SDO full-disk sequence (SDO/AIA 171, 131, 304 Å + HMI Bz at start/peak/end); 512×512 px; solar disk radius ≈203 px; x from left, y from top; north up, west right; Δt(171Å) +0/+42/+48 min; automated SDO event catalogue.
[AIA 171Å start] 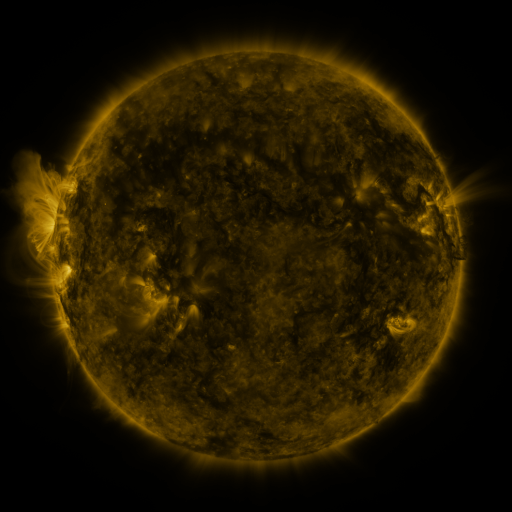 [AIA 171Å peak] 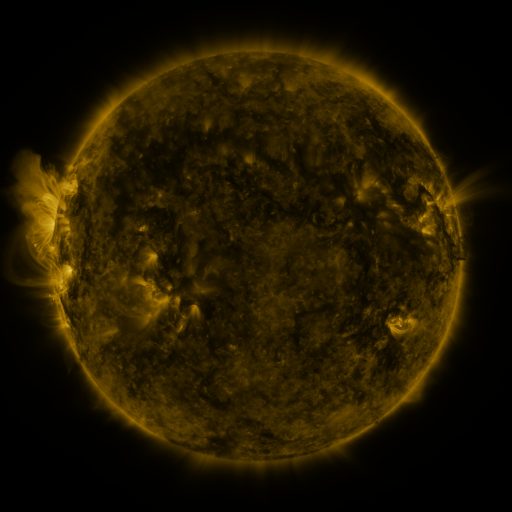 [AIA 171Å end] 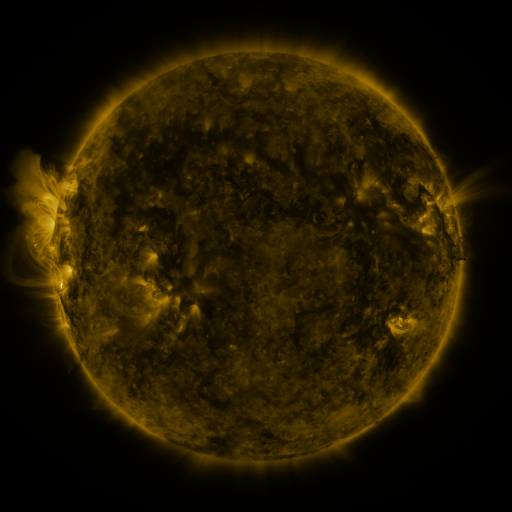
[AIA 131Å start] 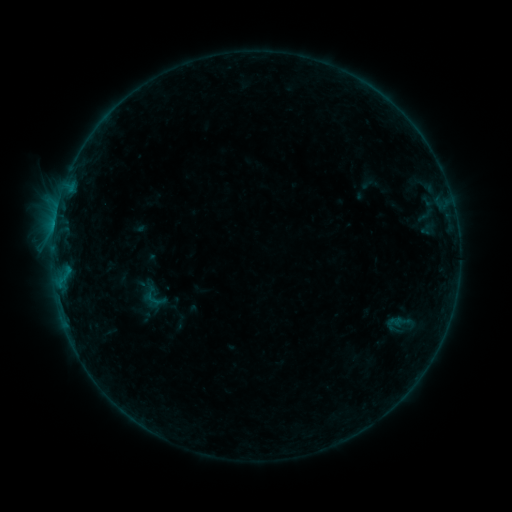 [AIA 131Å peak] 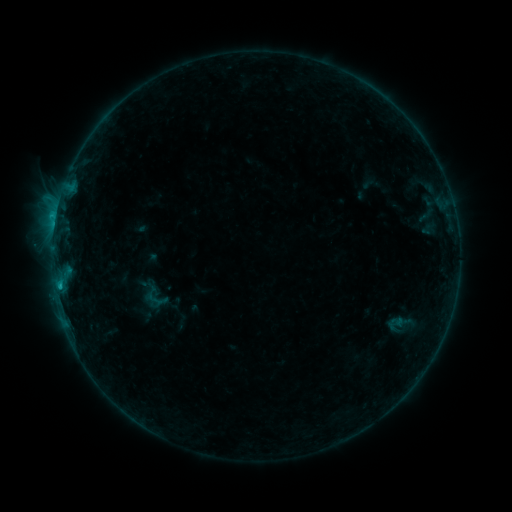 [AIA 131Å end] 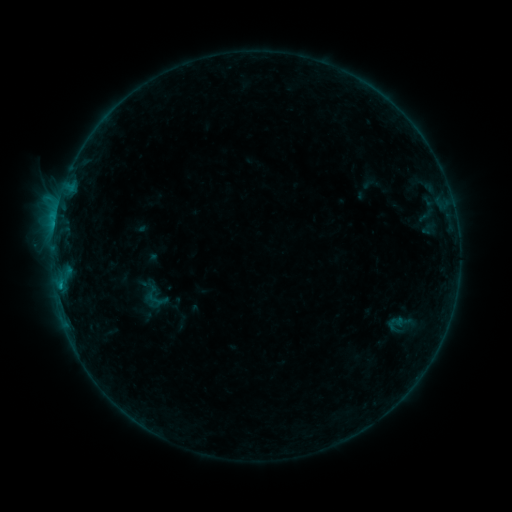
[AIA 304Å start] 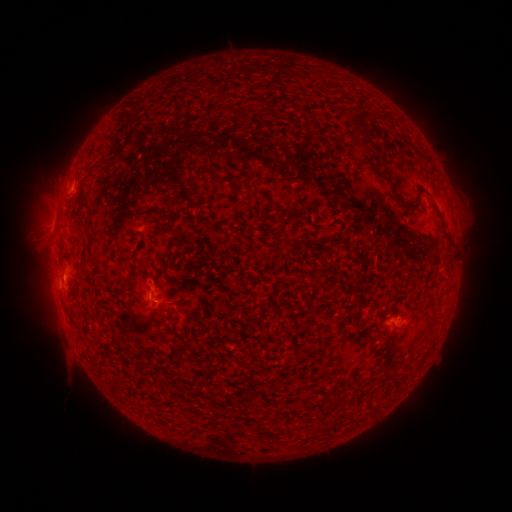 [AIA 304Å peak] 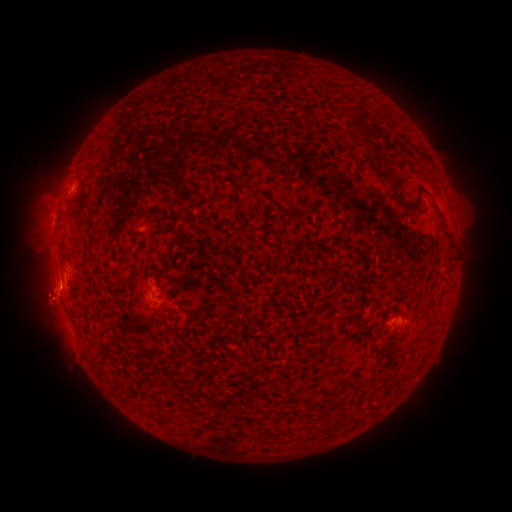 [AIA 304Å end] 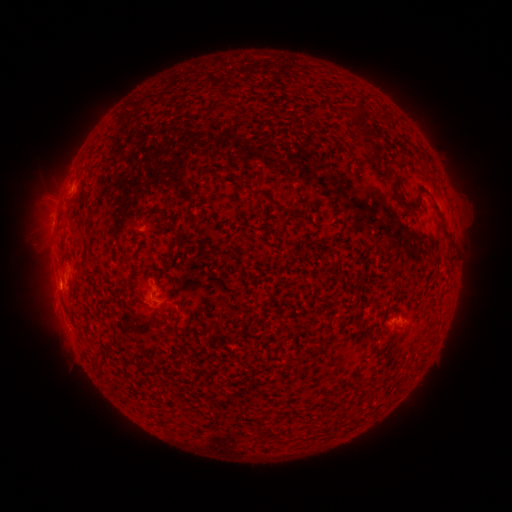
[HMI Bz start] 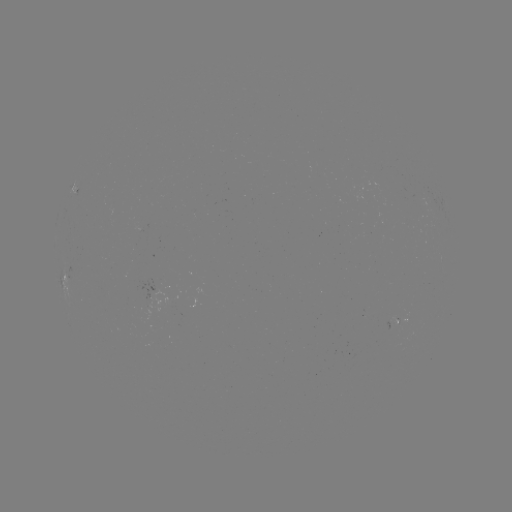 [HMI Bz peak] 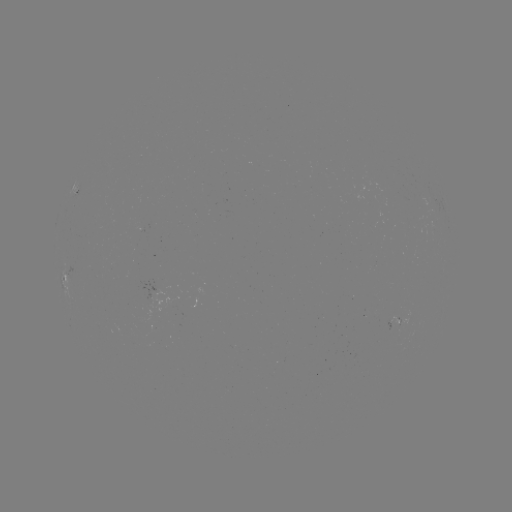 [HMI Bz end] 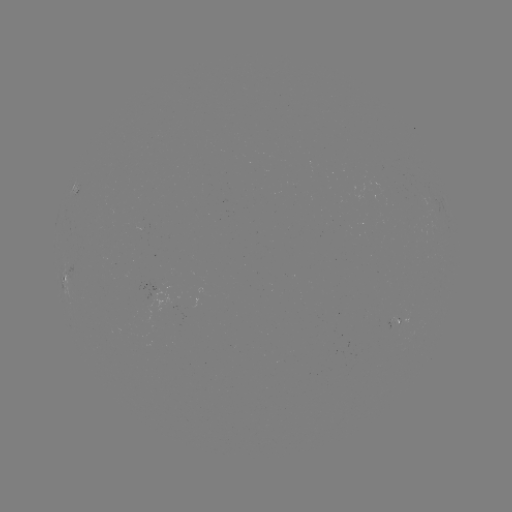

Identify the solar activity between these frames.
B9.1 flare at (56, 217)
